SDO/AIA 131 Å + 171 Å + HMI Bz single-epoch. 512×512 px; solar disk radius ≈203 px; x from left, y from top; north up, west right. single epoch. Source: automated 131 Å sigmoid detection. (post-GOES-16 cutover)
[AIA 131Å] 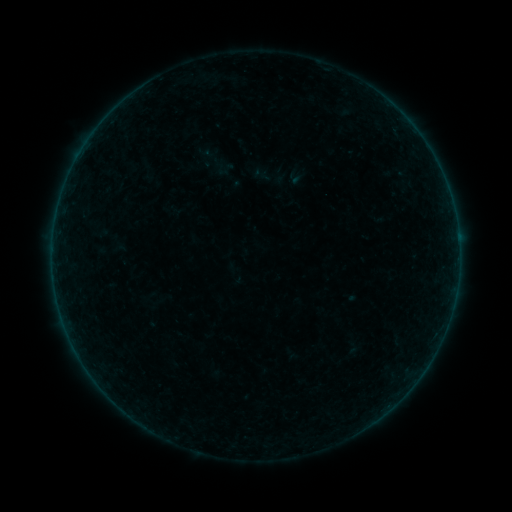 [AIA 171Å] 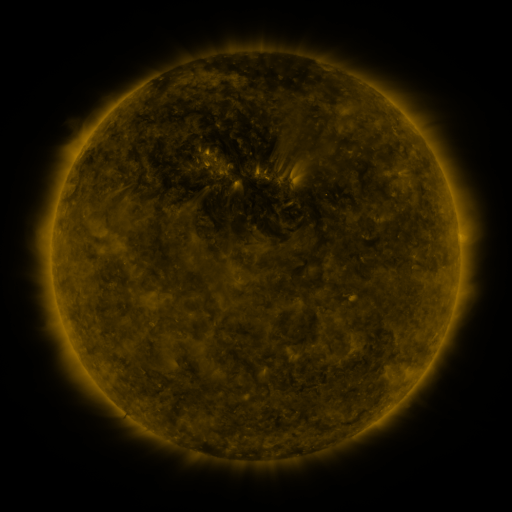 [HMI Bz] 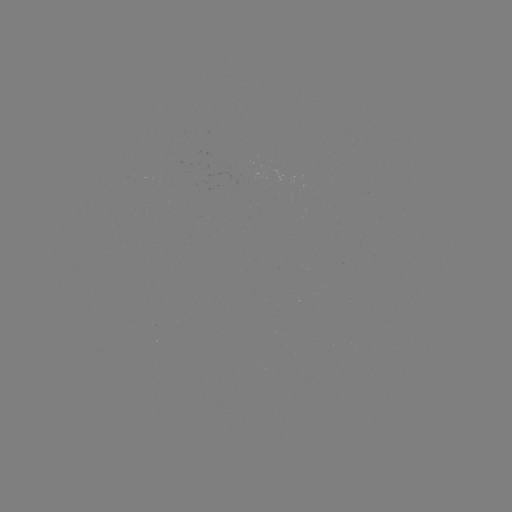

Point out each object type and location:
sigmoid: (210, 153)
sigmoid: (224, 169)
